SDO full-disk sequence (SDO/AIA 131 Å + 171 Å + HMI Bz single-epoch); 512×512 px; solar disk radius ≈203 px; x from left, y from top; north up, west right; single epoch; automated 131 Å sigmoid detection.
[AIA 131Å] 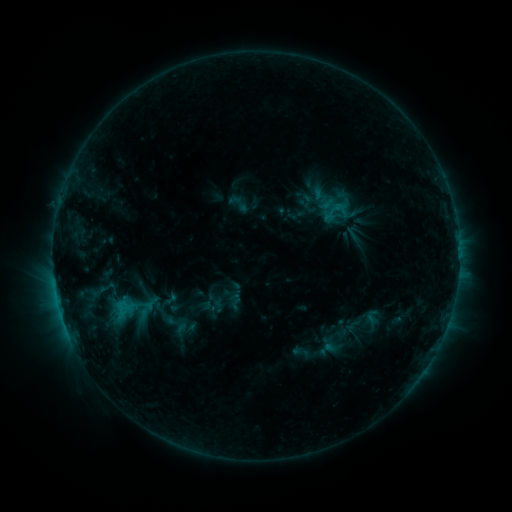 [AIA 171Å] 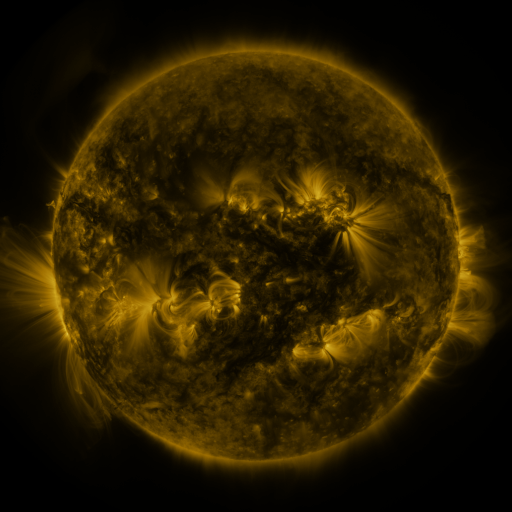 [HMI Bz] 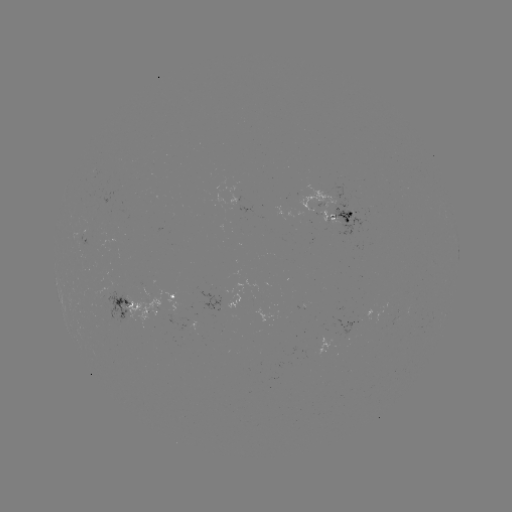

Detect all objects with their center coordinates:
sigmoid: [226, 191, 251, 216]
sigmoid: [227, 292, 245, 310]
sigmoid: [362, 308, 381, 327]
sigmoid: [292, 343, 309, 361]
